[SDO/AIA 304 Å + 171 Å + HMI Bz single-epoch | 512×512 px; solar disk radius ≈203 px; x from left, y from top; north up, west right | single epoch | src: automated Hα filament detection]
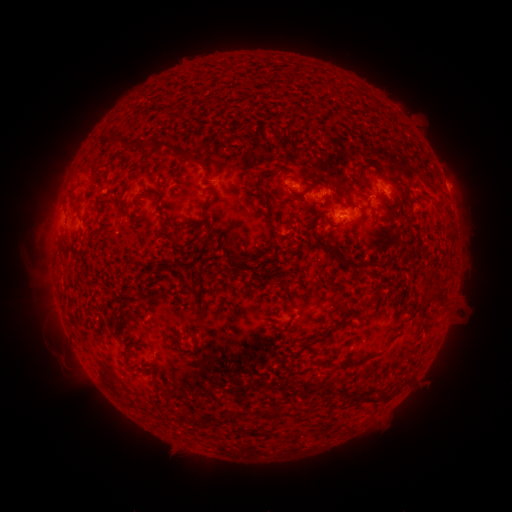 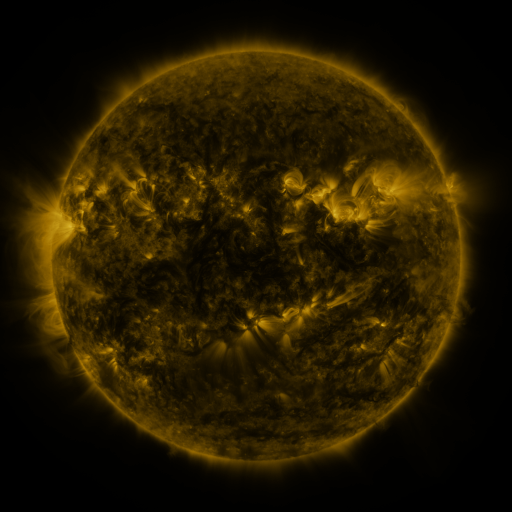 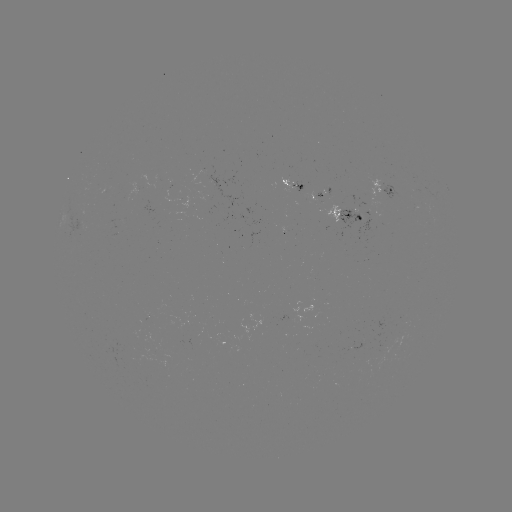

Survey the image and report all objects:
filament: (292, 104, 301, 115)
filament: (108, 131, 133, 148)
filament: (150, 139, 188, 158)
filament: (69, 193, 76, 205)
filament: (310, 216, 343, 265)
filament: (170, 237, 178, 247)
filament: (230, 255, 240, 266)
filament: (426, 292, 448, 304)
filament: (298, 322, 342, 351)
filament: (337, 353, 378, 371)
filament: (350, 394, 393, 404)
filament: (280, 408, 291, 417)
filament: (175, 411, 187, 421)
